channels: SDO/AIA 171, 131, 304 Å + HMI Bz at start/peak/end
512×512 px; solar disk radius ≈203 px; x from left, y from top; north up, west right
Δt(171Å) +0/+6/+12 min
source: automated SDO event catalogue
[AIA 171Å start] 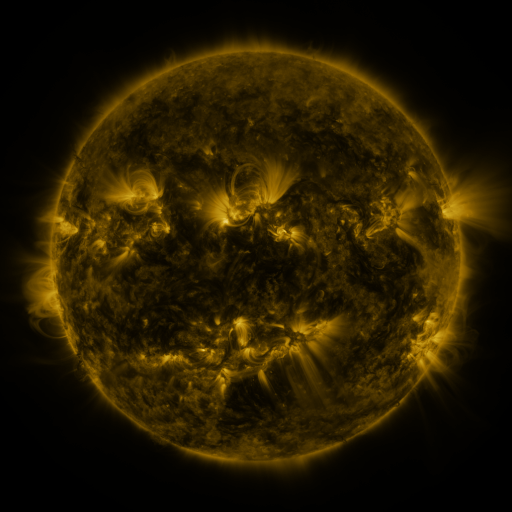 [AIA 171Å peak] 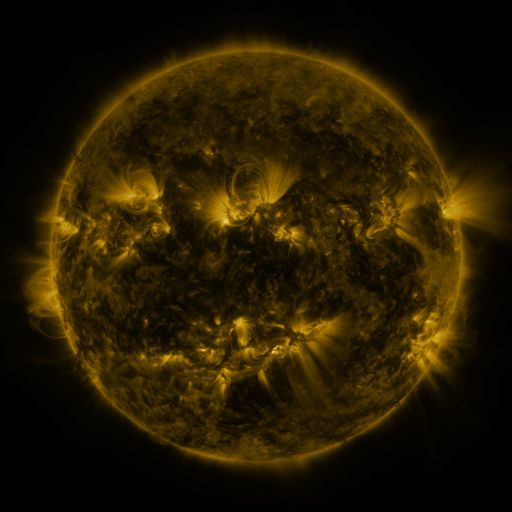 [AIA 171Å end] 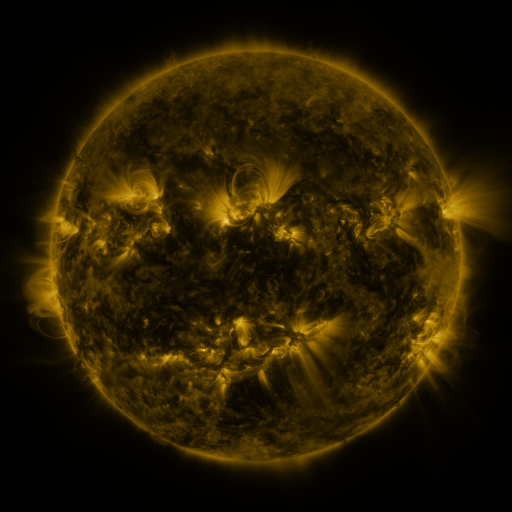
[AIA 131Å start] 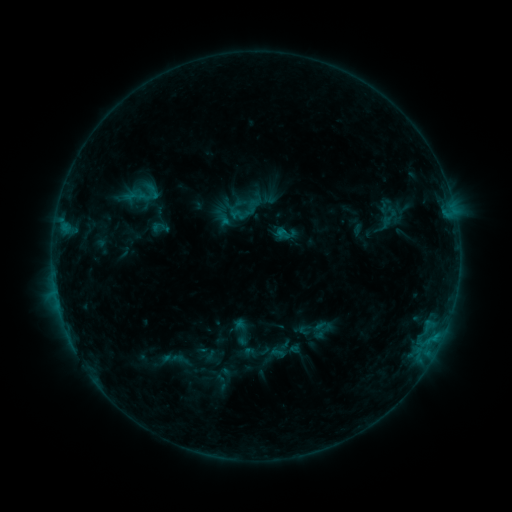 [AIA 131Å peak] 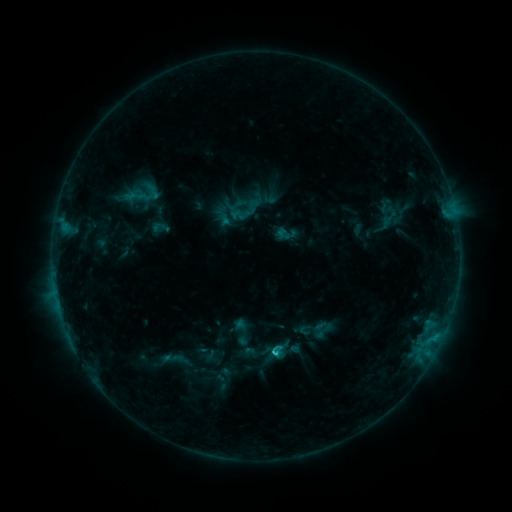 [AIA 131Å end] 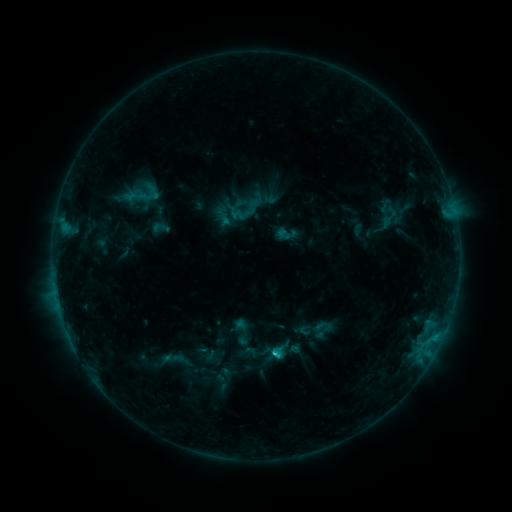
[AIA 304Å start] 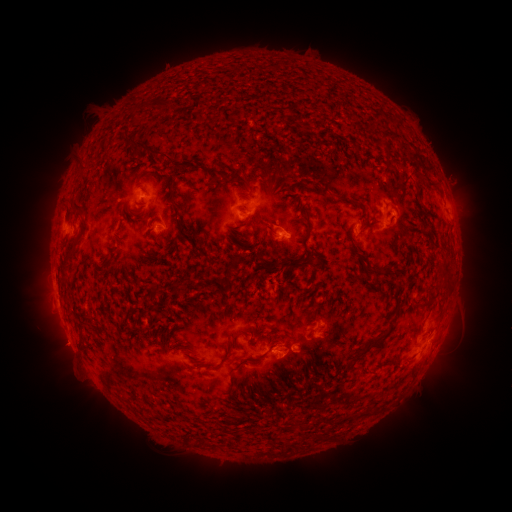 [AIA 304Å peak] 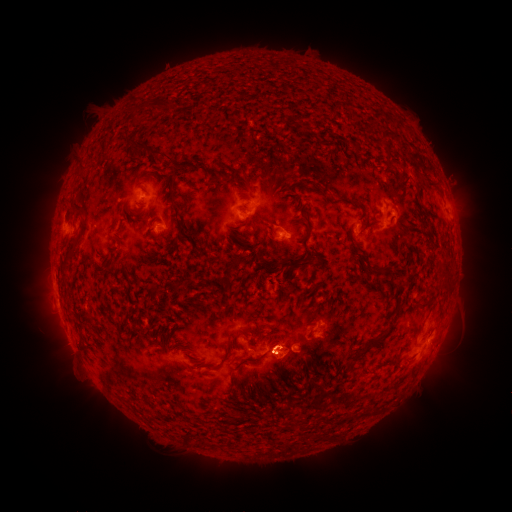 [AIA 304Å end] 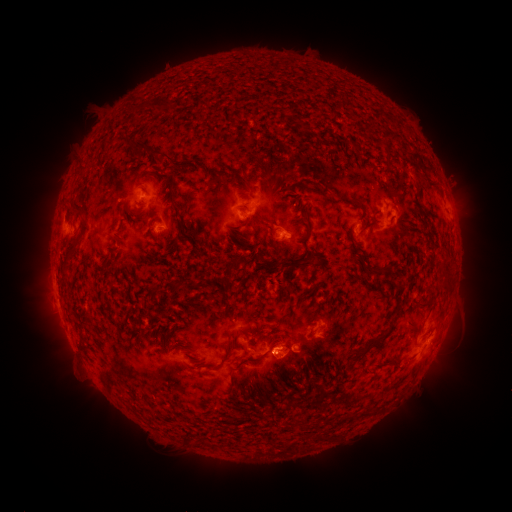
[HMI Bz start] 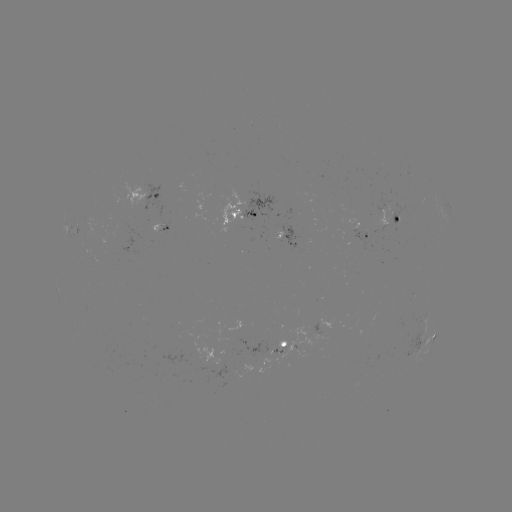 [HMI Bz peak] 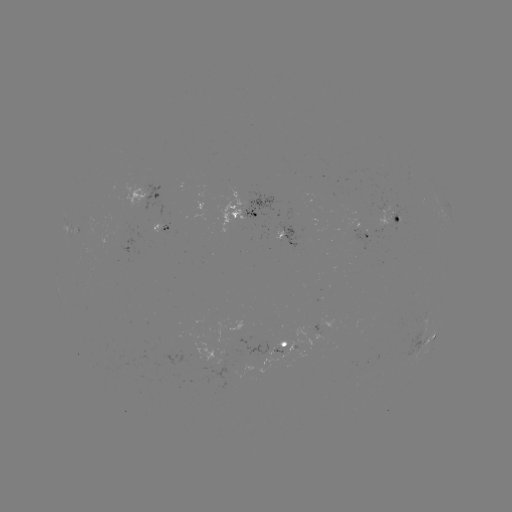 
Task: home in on C1.2 flare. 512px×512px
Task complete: [272, 350].